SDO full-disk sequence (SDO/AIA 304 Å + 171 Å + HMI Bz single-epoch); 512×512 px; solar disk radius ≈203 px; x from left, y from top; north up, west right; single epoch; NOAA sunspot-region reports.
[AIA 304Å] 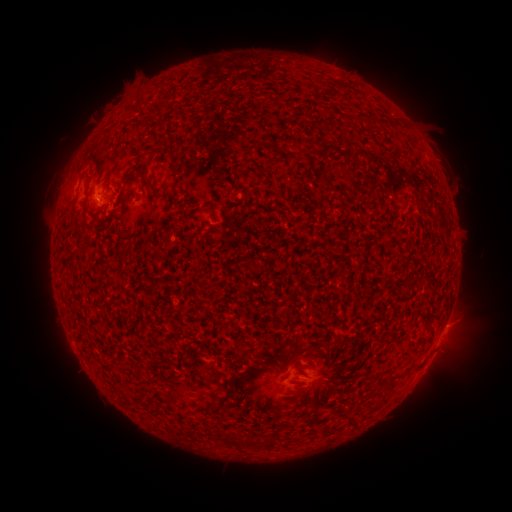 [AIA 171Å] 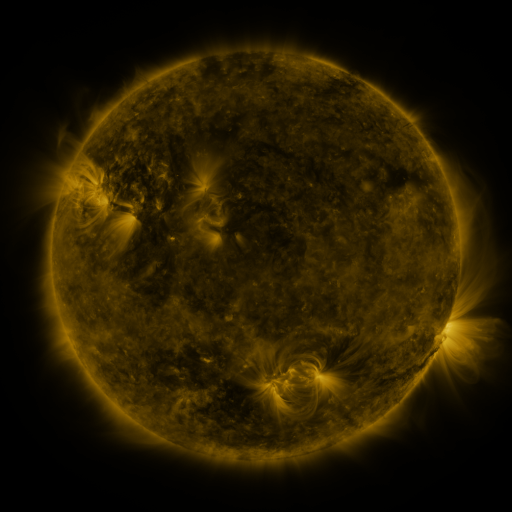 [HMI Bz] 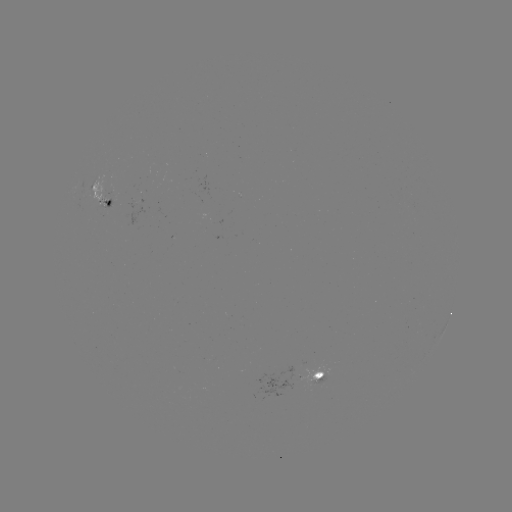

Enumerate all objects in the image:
spotted active region: (103, 193)
spotted active region: (322, 377)
